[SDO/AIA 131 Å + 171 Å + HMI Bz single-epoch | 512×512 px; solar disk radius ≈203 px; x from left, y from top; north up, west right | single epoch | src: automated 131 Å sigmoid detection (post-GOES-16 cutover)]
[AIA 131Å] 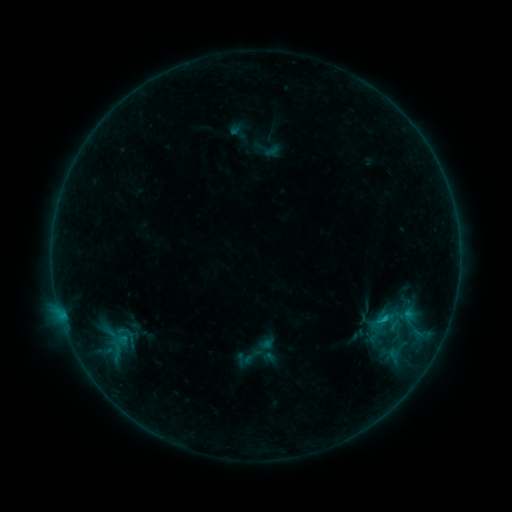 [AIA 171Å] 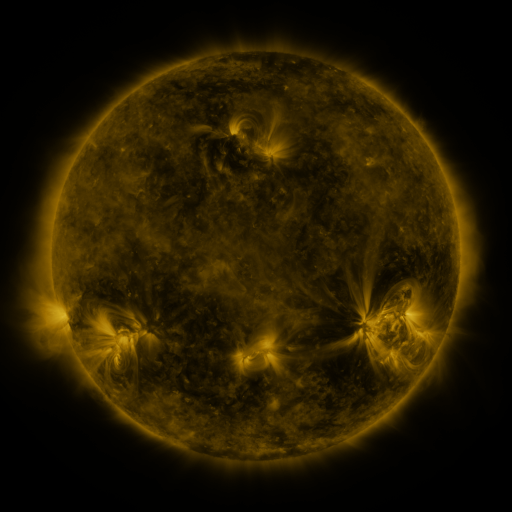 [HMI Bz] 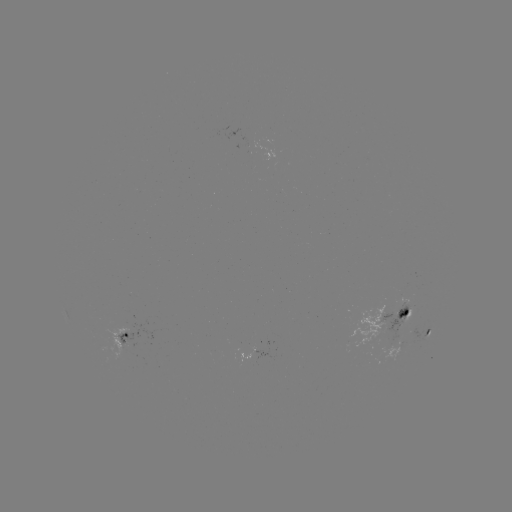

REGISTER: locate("sigmoid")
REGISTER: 116,339